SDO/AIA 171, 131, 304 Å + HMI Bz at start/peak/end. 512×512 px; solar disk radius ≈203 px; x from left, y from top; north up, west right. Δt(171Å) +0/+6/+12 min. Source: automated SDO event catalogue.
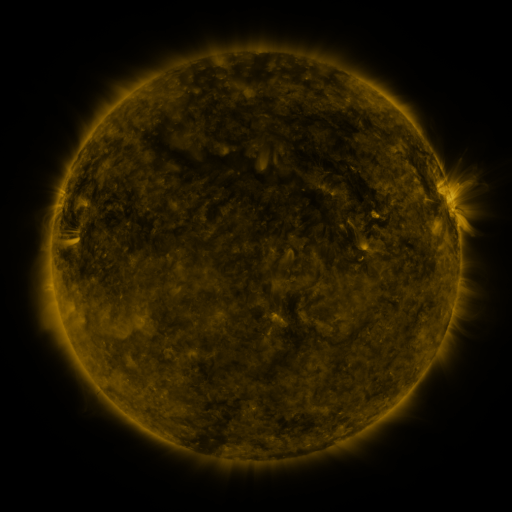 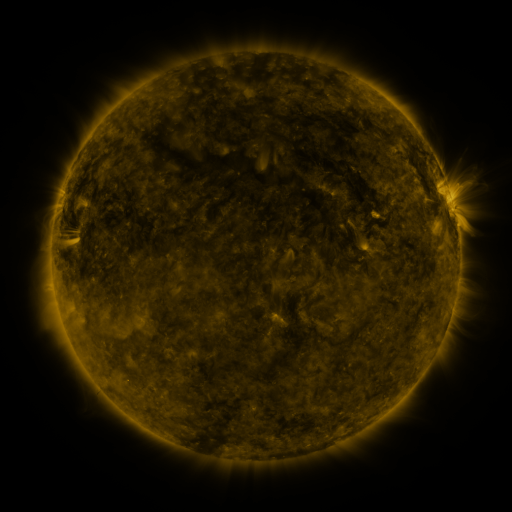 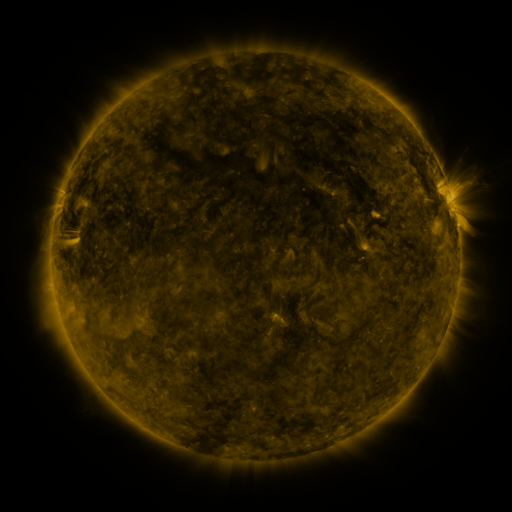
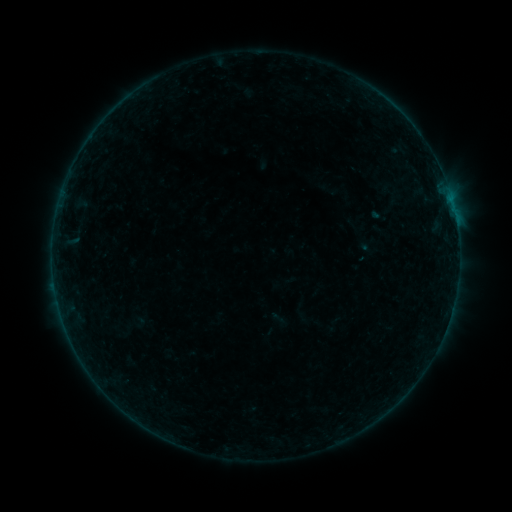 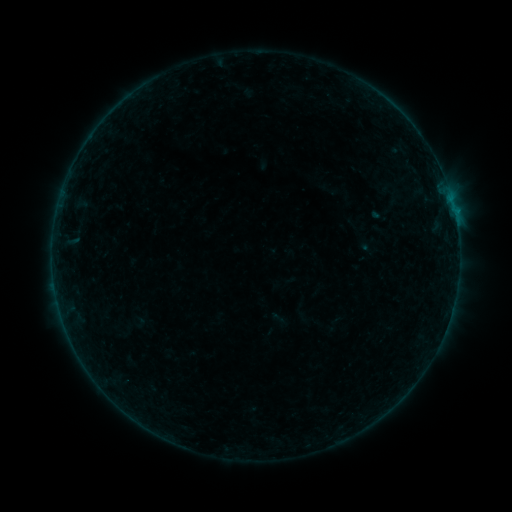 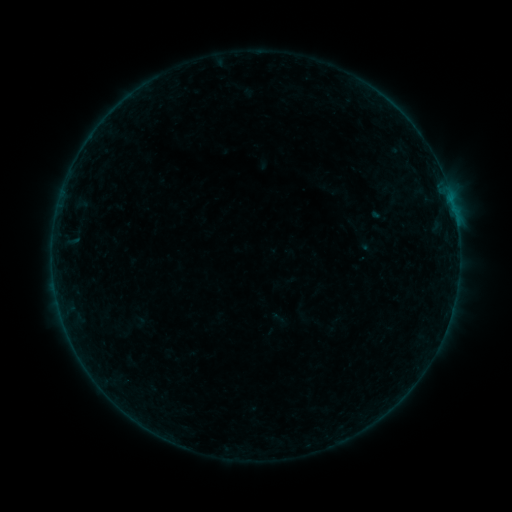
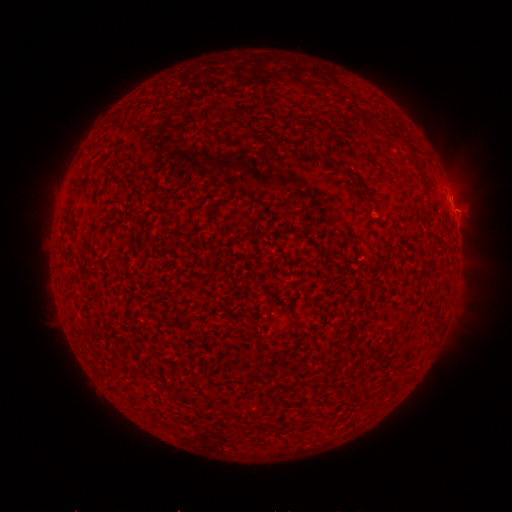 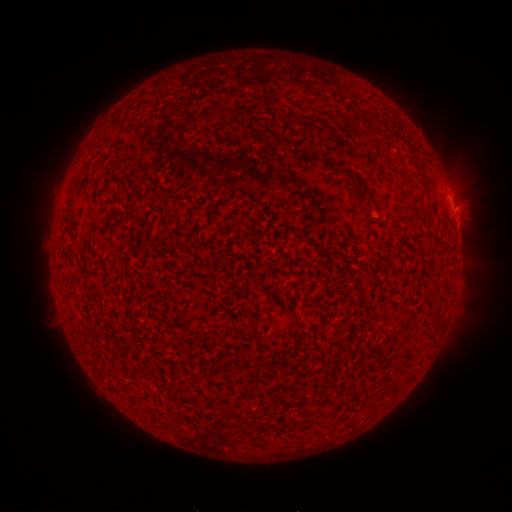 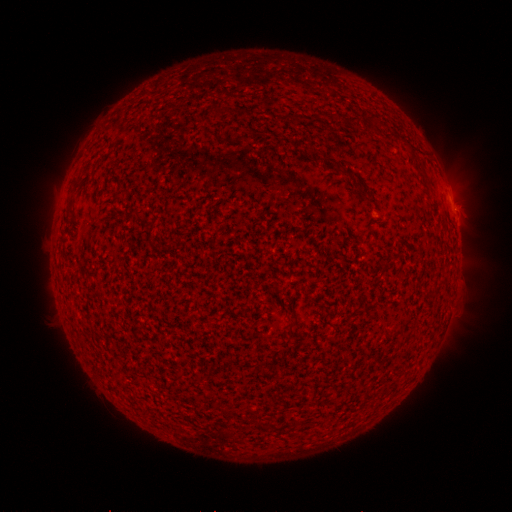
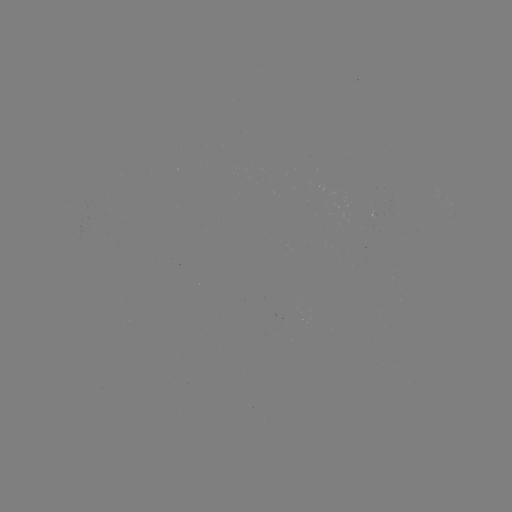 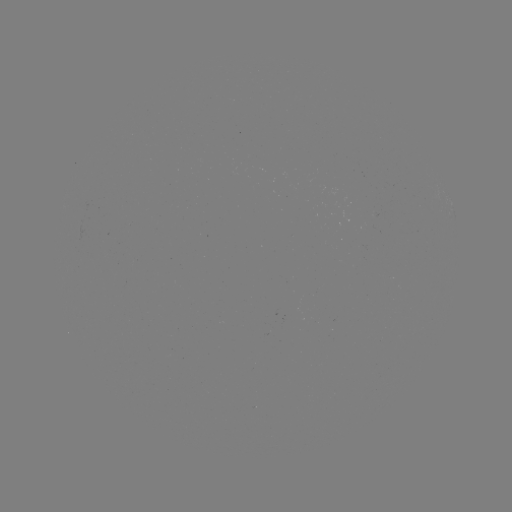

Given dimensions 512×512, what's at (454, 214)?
B1.7 flare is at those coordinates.